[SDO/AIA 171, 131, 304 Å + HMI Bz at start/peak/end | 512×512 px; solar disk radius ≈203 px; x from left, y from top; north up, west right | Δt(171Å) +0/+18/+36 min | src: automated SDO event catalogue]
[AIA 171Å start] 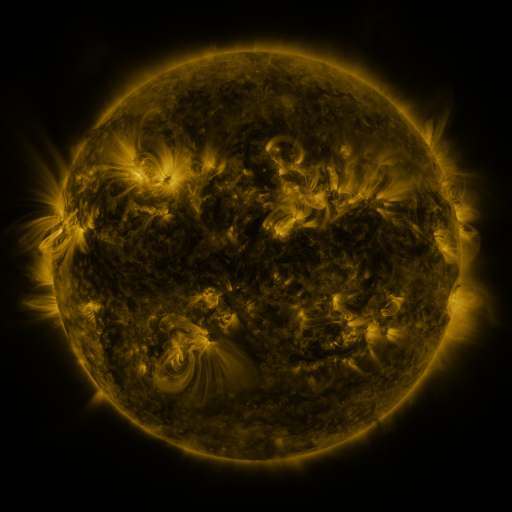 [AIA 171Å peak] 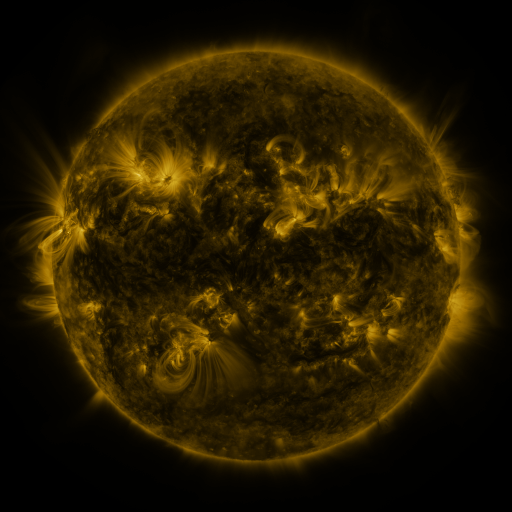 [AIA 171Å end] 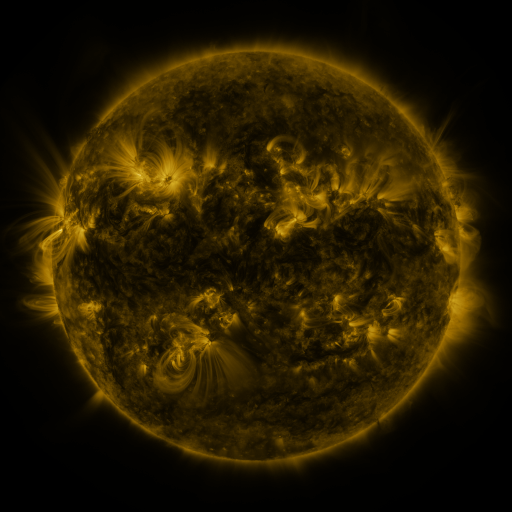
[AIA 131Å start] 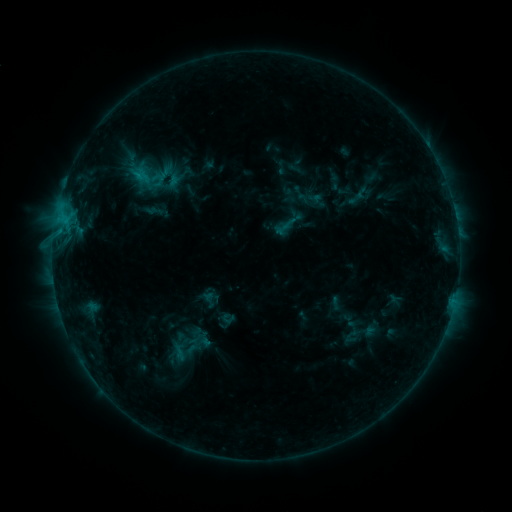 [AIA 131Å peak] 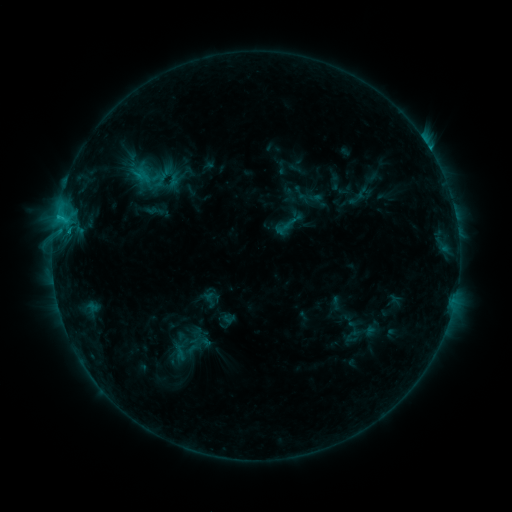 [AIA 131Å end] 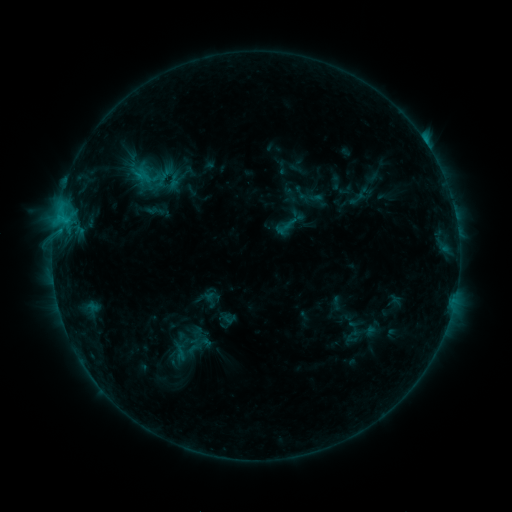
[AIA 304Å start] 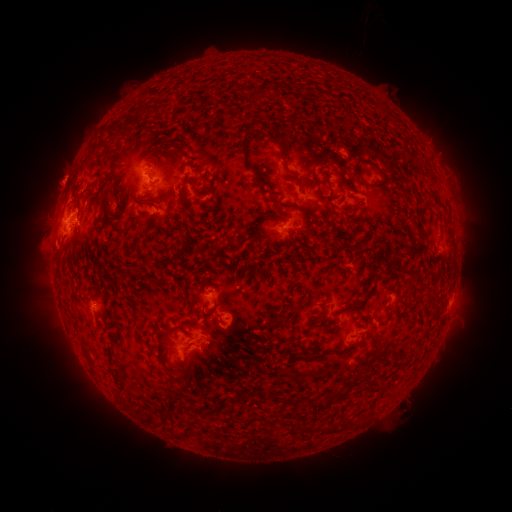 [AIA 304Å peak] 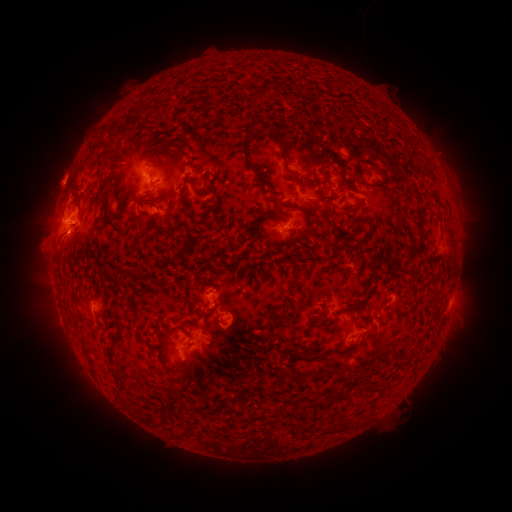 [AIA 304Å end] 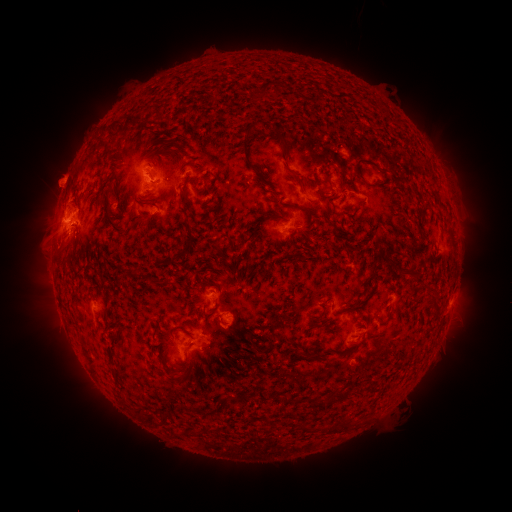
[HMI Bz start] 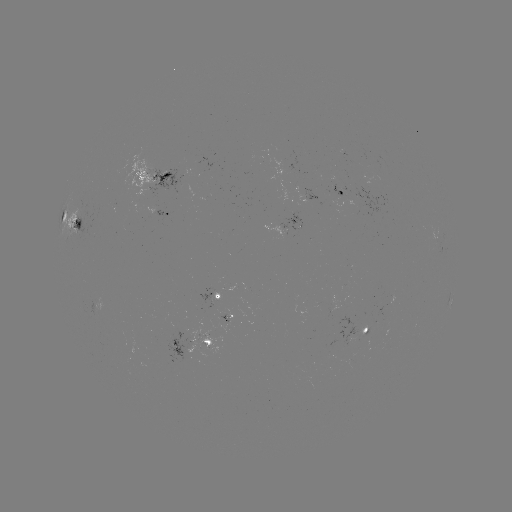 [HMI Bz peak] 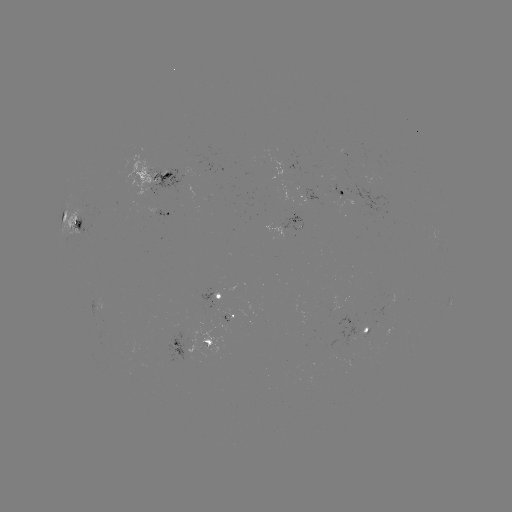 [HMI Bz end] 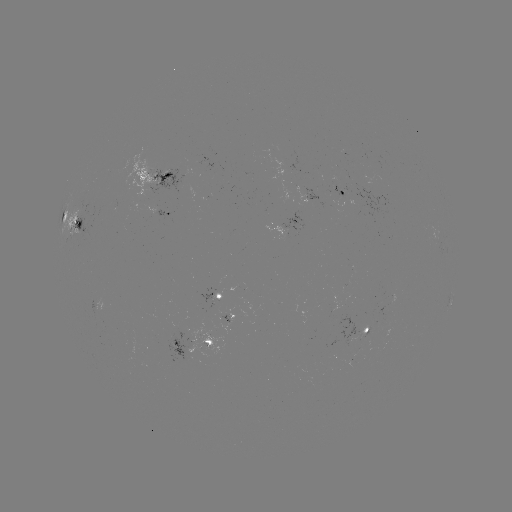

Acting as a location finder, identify C3.1 flare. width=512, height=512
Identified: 58,218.